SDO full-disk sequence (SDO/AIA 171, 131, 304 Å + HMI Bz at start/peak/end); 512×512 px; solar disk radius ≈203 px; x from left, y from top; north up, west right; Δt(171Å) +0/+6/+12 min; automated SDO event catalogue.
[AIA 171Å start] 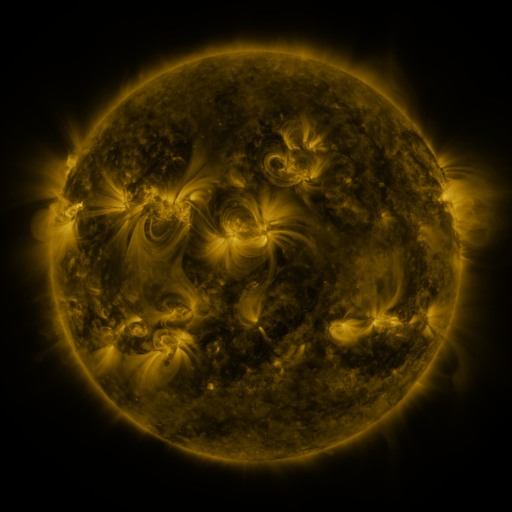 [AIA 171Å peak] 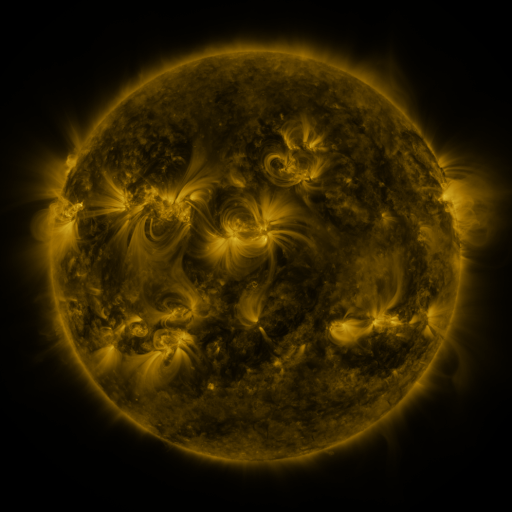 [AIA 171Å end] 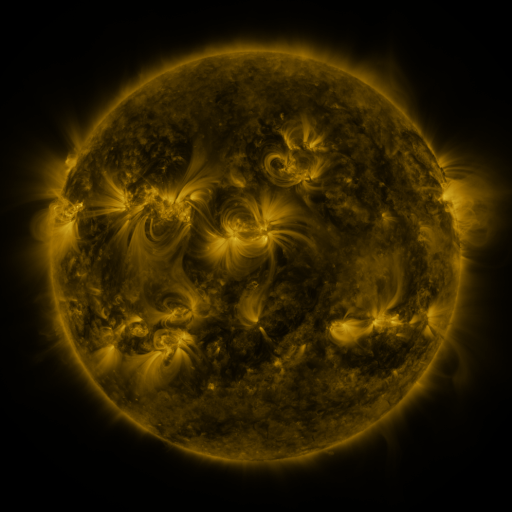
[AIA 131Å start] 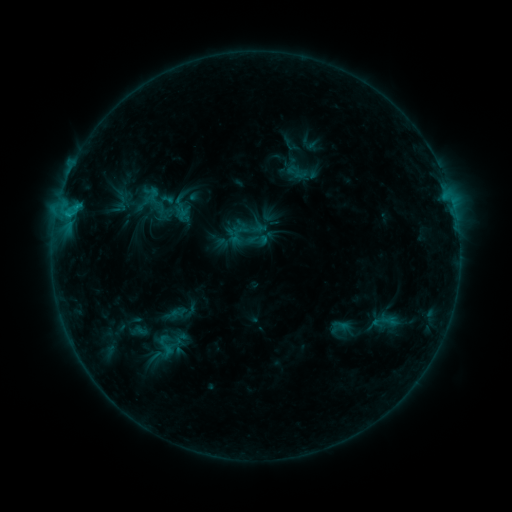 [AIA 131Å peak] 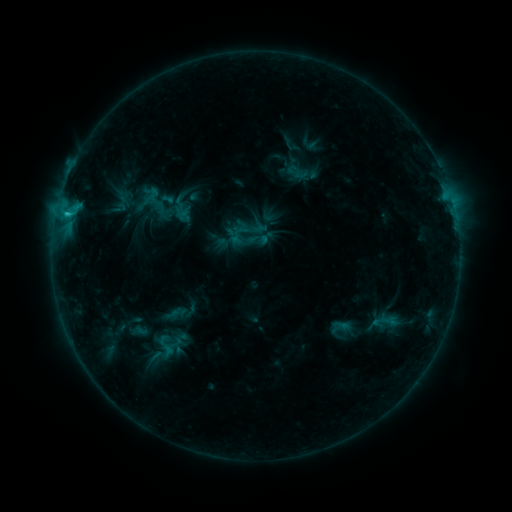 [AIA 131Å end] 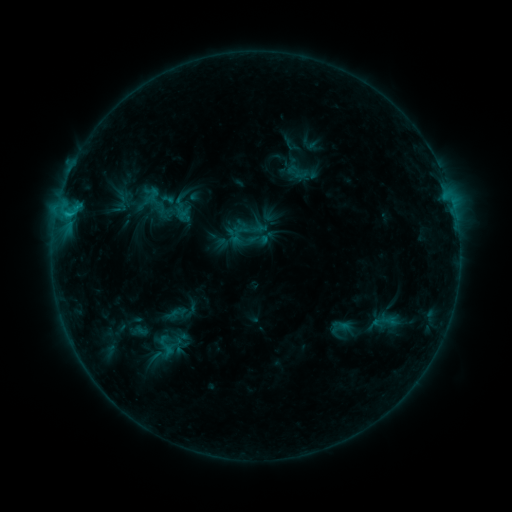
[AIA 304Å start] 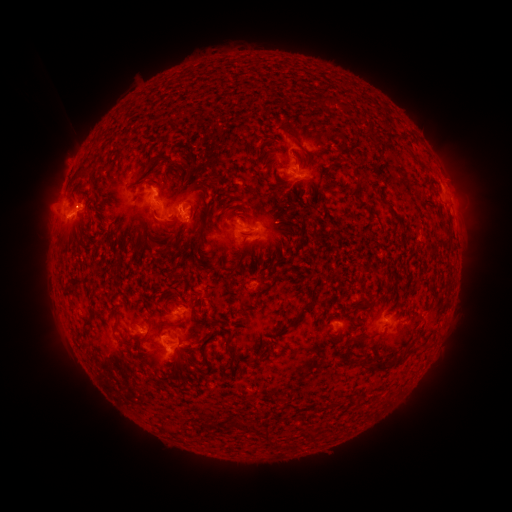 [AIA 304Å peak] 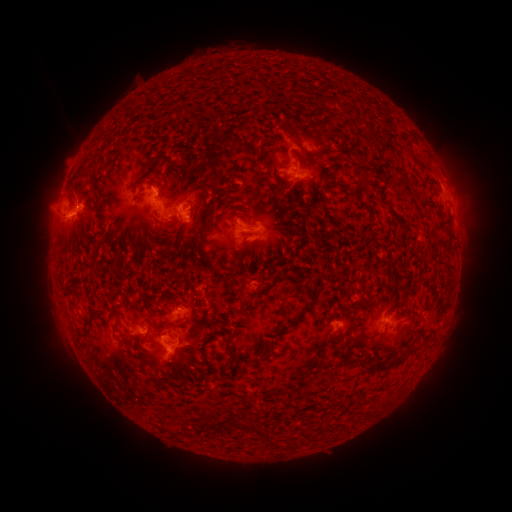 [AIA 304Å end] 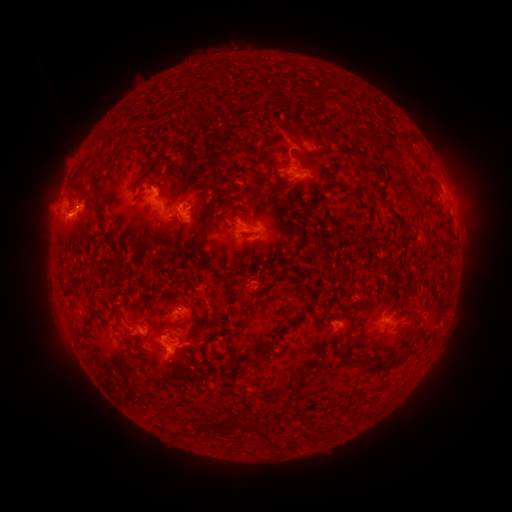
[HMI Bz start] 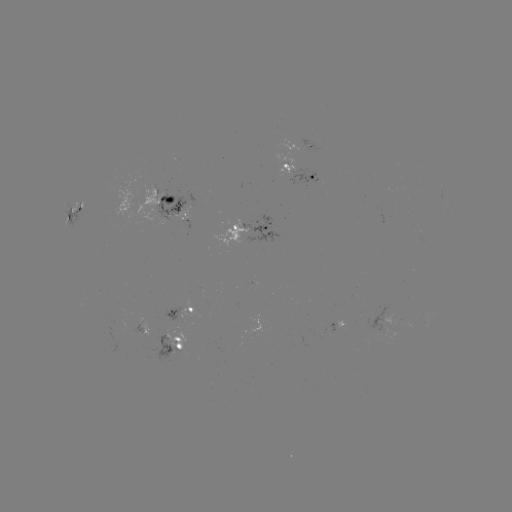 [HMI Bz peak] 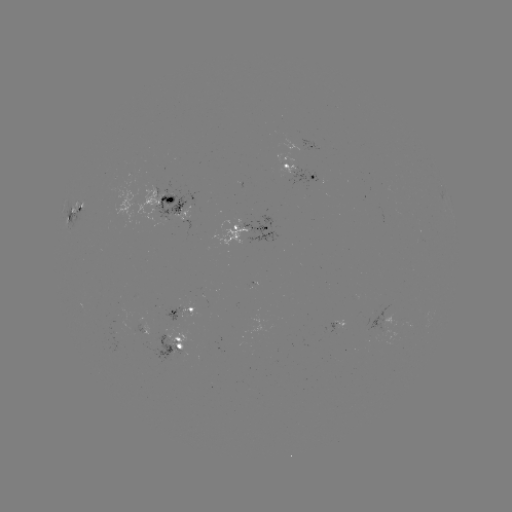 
no catalogued flare and no flagged EUV brightening in this window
